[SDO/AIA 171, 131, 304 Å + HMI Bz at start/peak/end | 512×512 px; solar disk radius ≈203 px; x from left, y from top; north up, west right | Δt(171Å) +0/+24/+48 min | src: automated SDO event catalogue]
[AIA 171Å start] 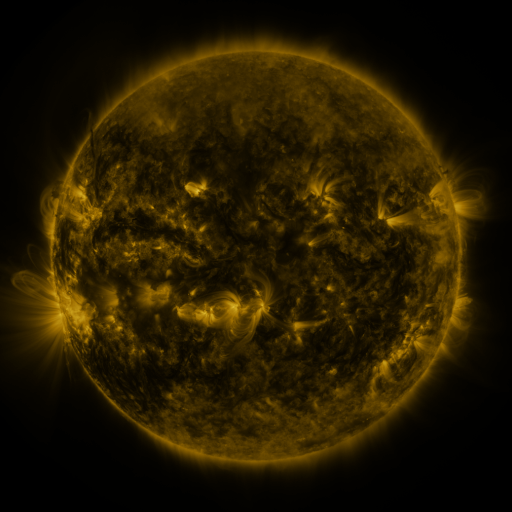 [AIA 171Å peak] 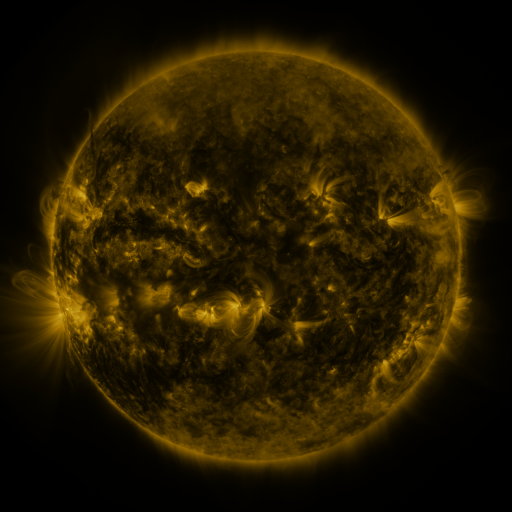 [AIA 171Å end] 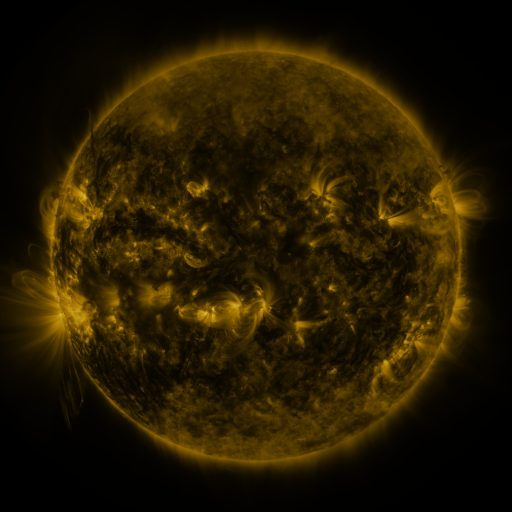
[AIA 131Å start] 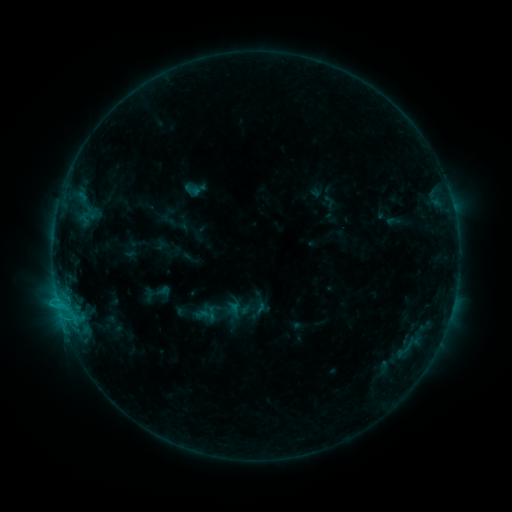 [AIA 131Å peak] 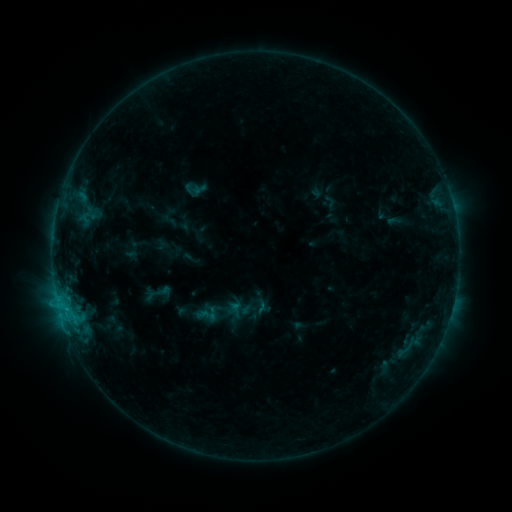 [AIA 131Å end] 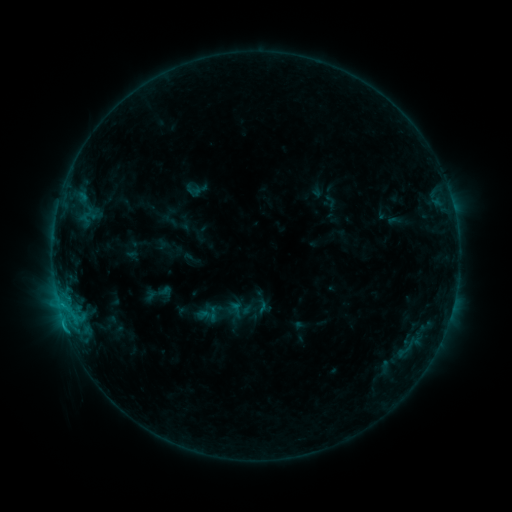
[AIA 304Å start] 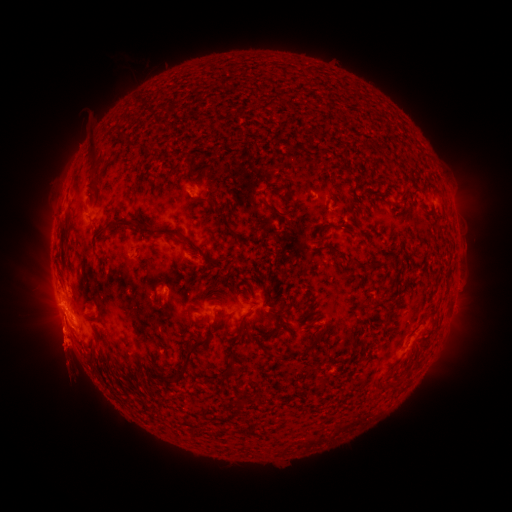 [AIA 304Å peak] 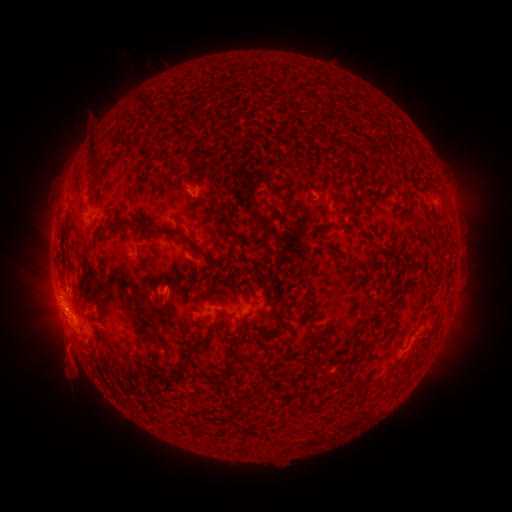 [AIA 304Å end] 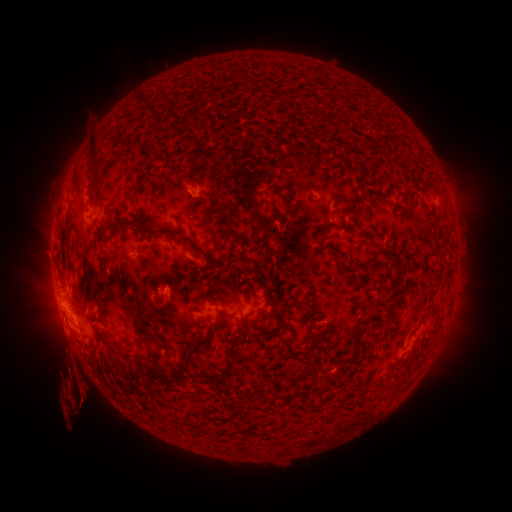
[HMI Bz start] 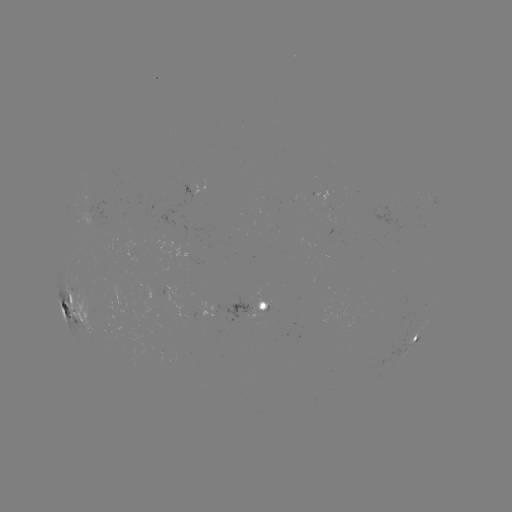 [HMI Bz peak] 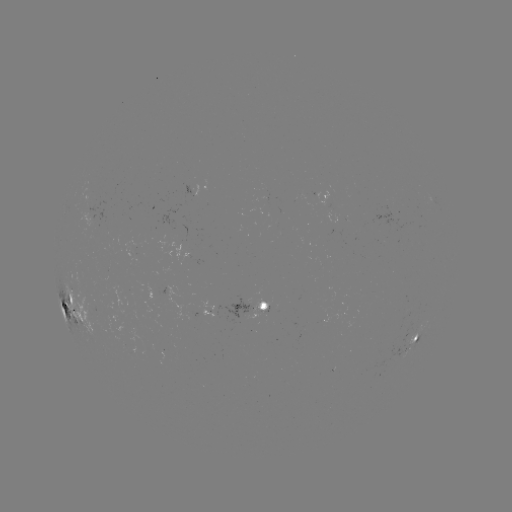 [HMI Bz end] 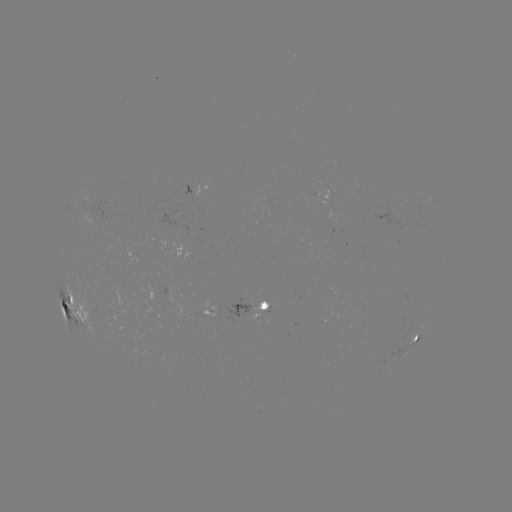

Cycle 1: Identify eruption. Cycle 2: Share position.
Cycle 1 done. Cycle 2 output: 65,357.